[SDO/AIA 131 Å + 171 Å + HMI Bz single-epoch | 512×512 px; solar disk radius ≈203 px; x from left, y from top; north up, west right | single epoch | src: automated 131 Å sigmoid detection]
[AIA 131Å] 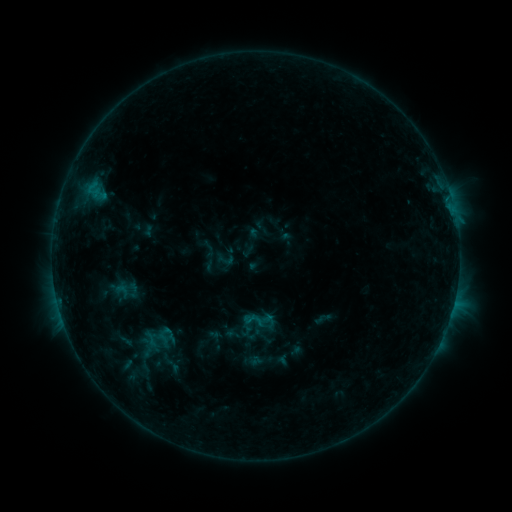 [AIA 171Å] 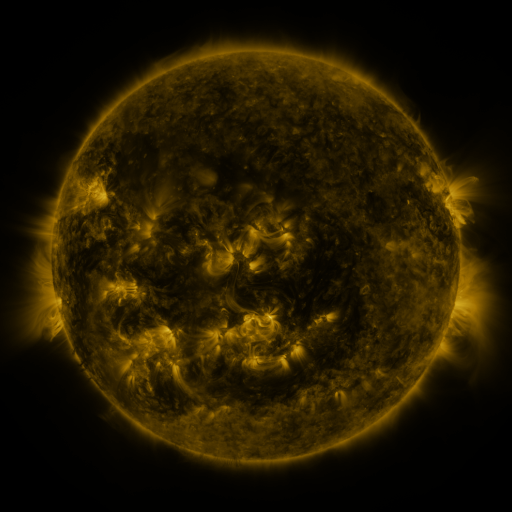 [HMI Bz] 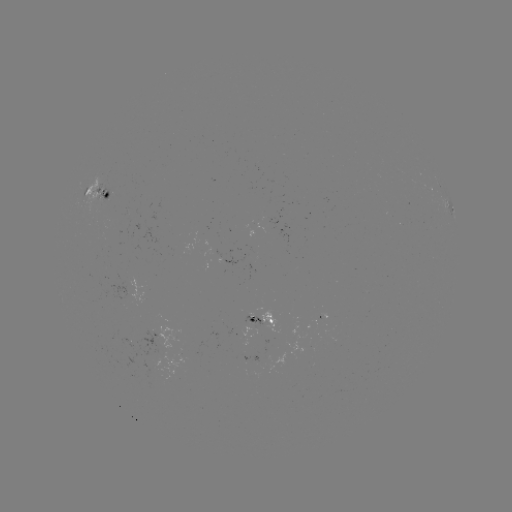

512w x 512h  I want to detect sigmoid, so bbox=[242, 310, 263, 330].